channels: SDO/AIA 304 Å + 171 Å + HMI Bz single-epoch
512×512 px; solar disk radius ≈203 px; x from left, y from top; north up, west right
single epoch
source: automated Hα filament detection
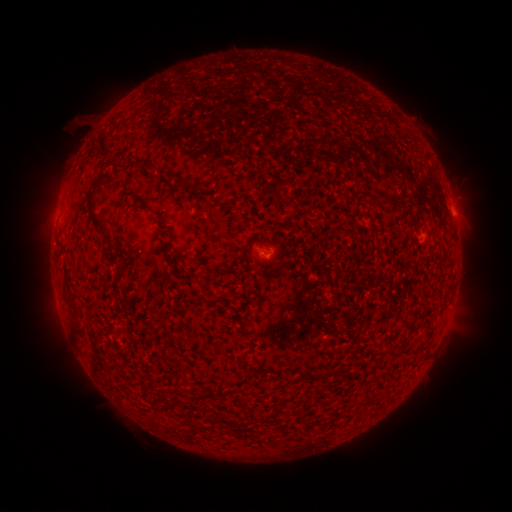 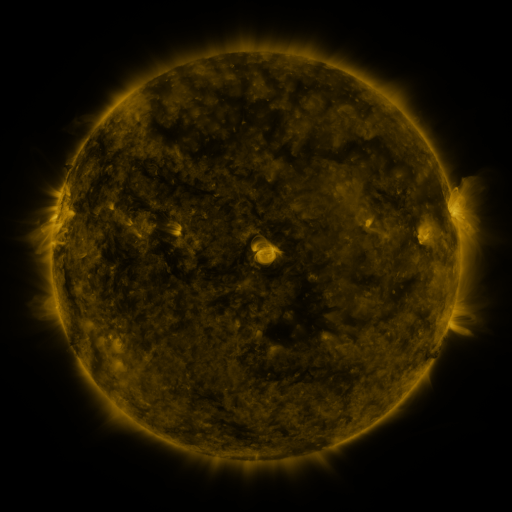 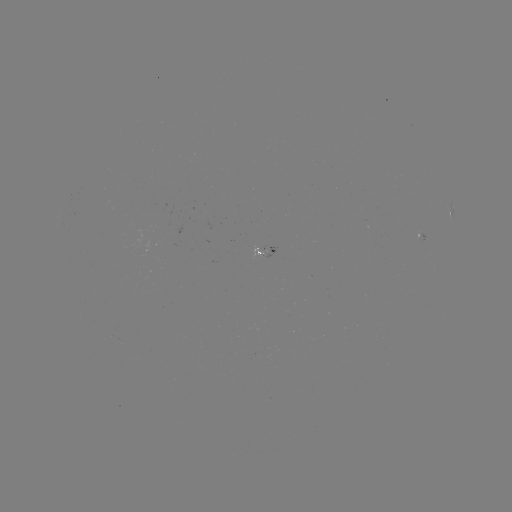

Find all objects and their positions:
filament: (152, 165)
filament: (379, 198)
filament: (91, 201)
filament: (405, 211)
filament: (309, 375)
